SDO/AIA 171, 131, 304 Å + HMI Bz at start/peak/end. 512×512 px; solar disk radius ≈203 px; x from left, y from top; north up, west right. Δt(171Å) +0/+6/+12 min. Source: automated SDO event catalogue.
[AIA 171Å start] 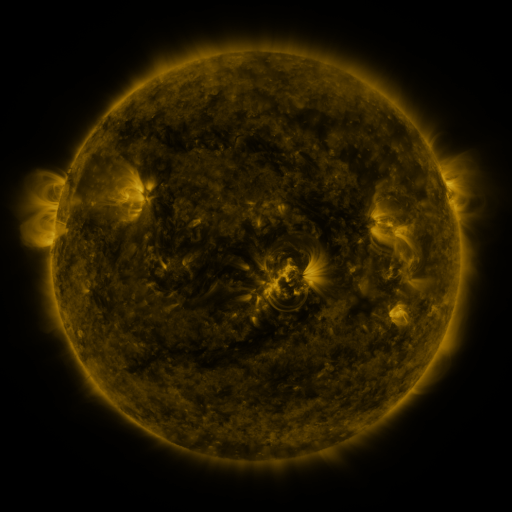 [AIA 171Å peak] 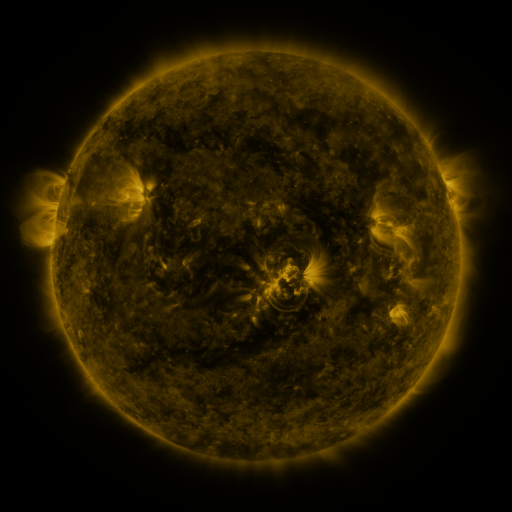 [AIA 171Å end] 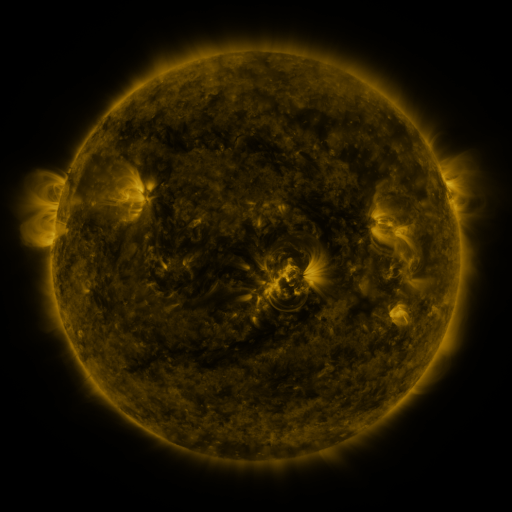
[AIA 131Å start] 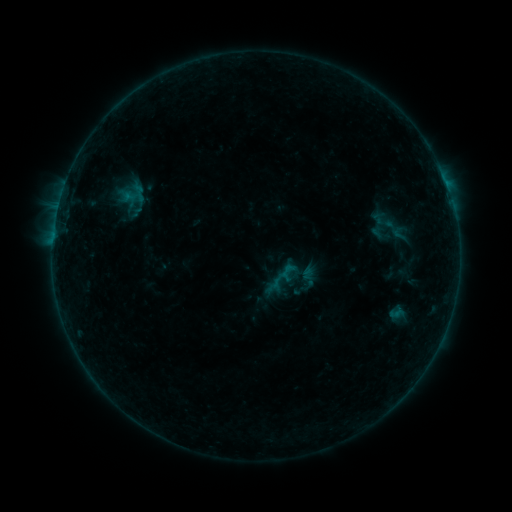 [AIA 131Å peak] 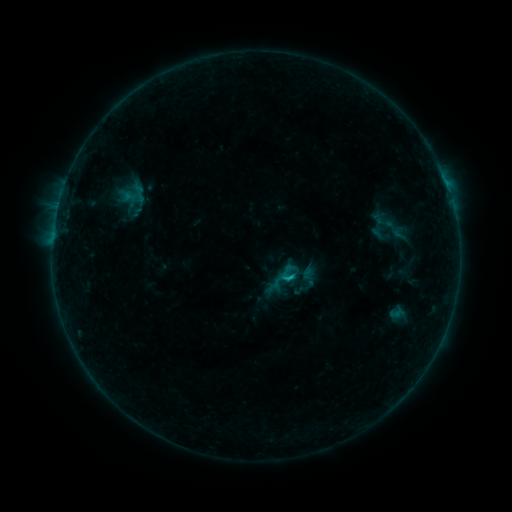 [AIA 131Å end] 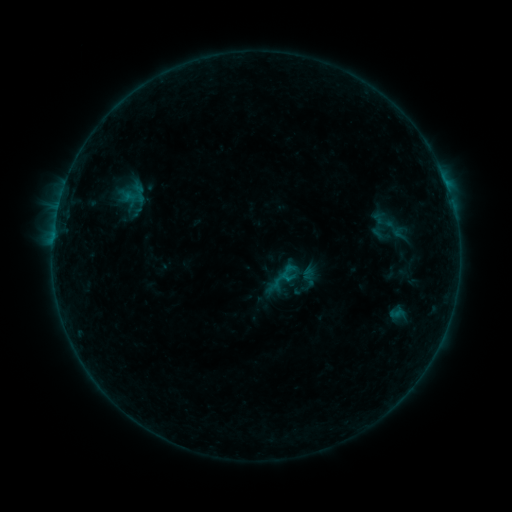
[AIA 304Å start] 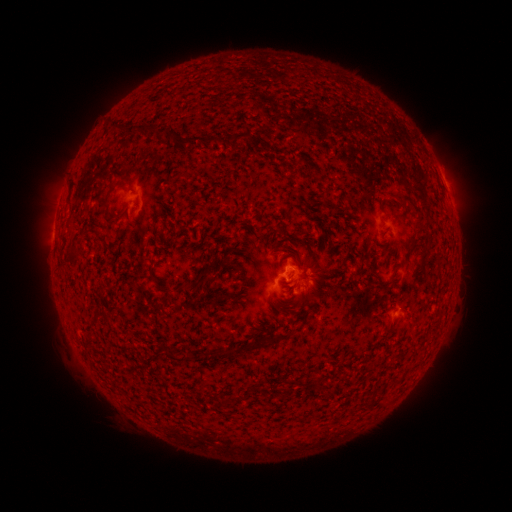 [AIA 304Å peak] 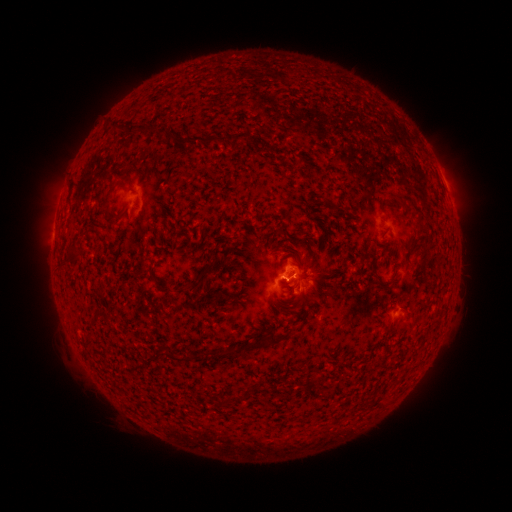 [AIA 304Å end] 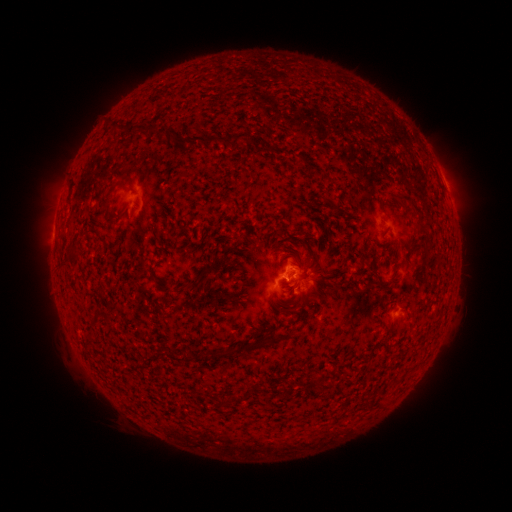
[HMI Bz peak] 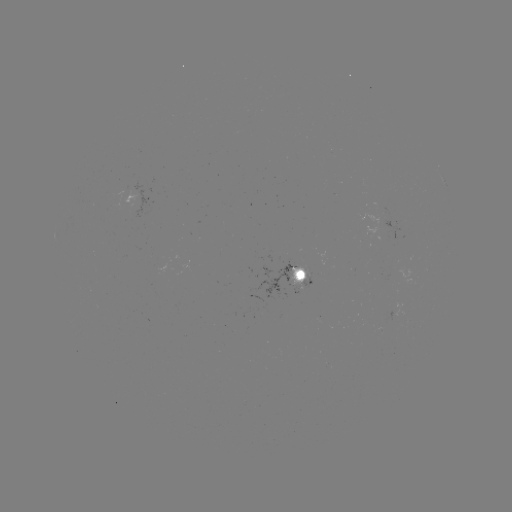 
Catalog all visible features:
B5.9 flare: (287, 277)
